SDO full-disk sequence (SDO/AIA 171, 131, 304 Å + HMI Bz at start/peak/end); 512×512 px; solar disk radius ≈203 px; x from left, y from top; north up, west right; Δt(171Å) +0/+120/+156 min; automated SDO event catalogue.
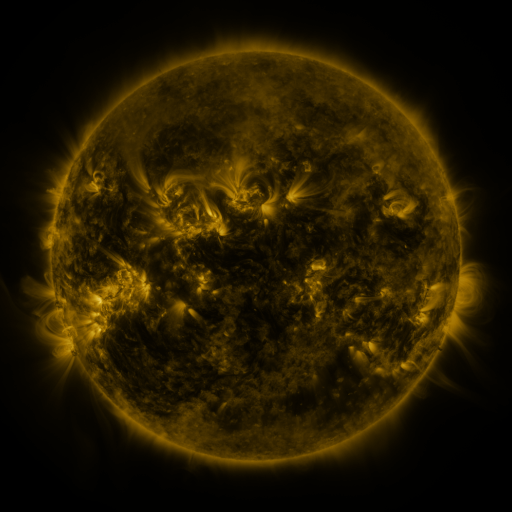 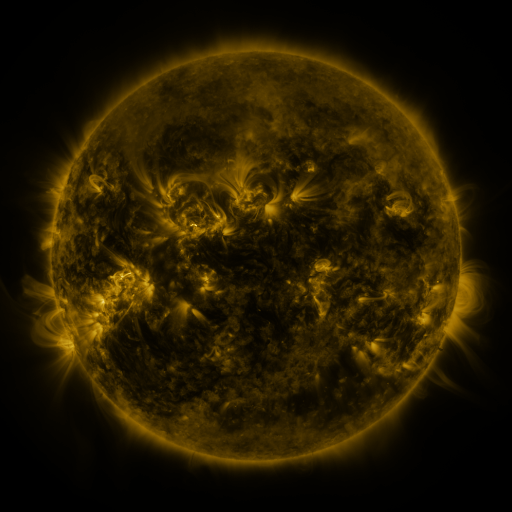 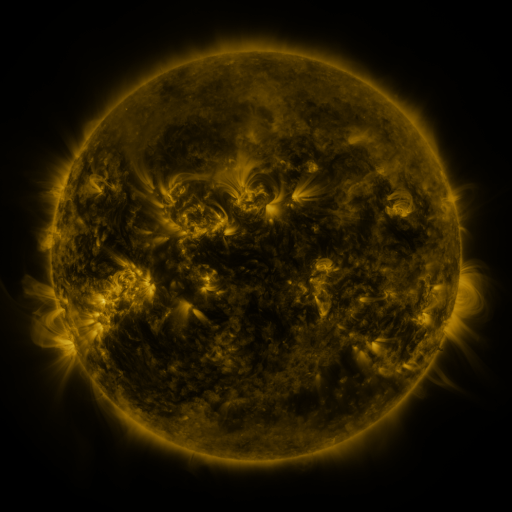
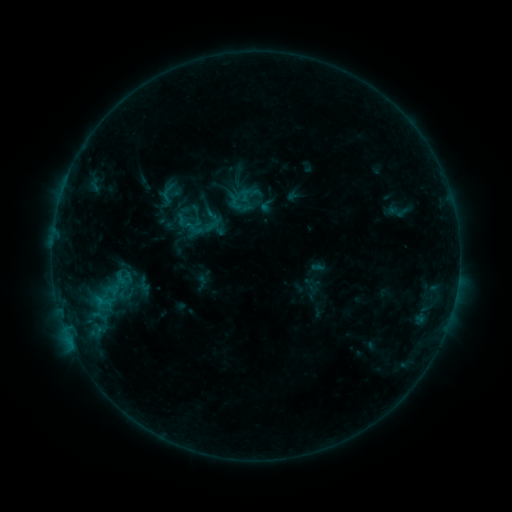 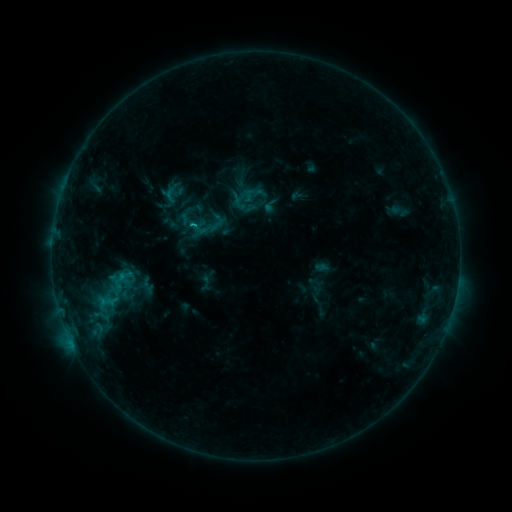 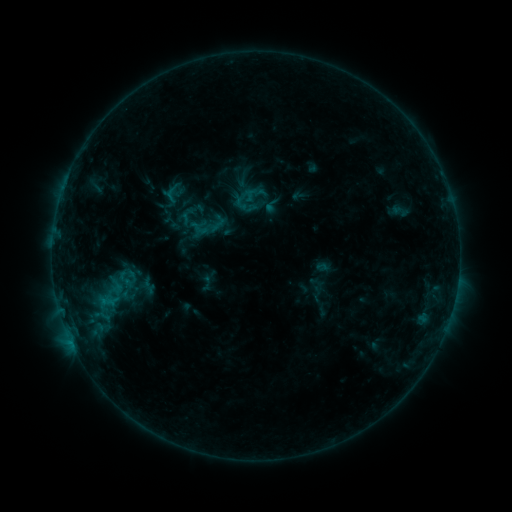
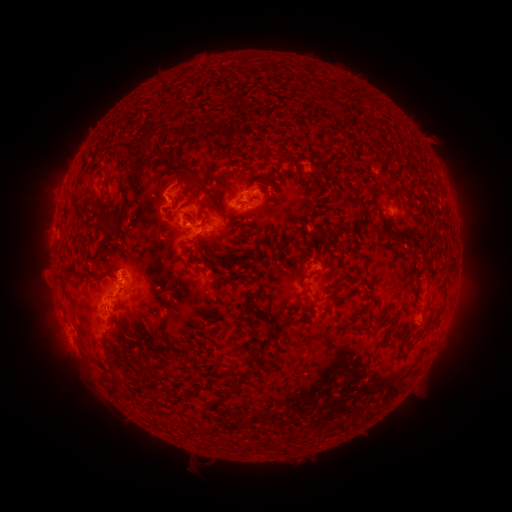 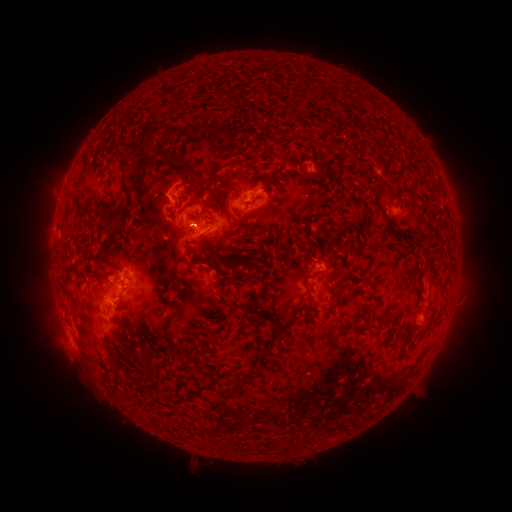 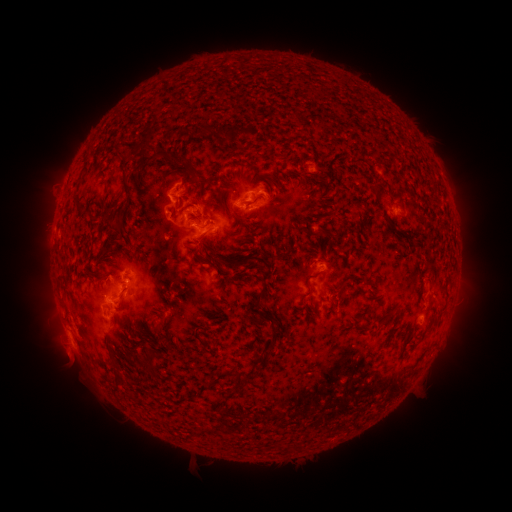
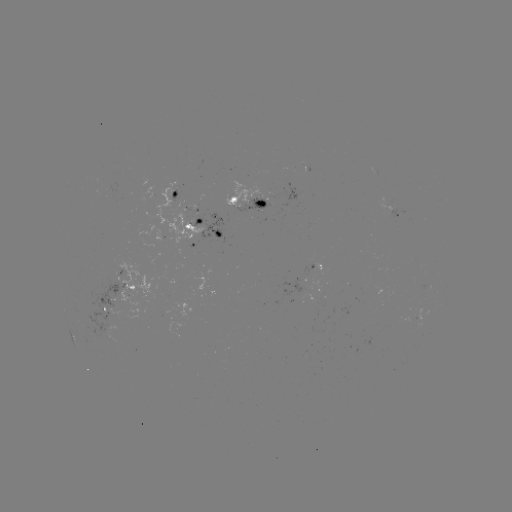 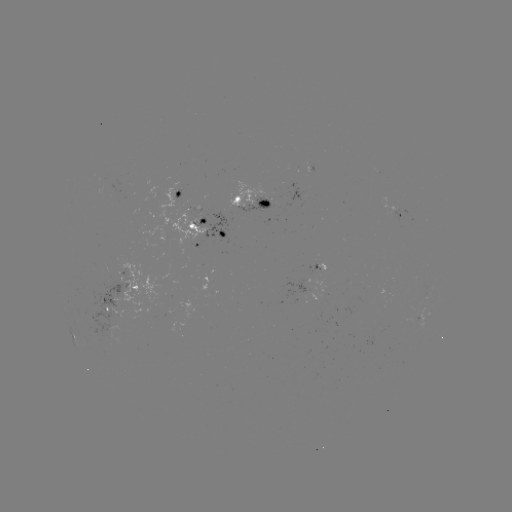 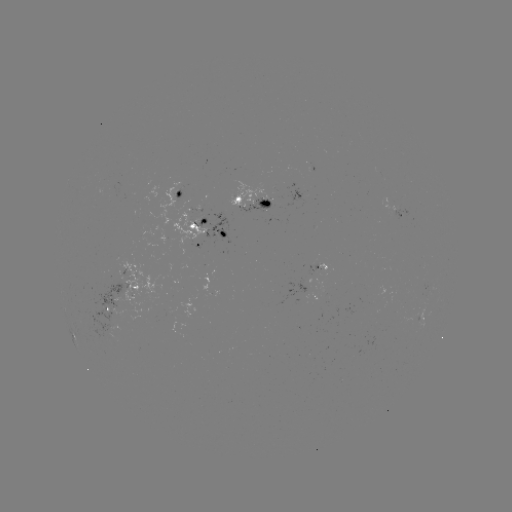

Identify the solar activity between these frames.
emerging-flux region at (266, 202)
